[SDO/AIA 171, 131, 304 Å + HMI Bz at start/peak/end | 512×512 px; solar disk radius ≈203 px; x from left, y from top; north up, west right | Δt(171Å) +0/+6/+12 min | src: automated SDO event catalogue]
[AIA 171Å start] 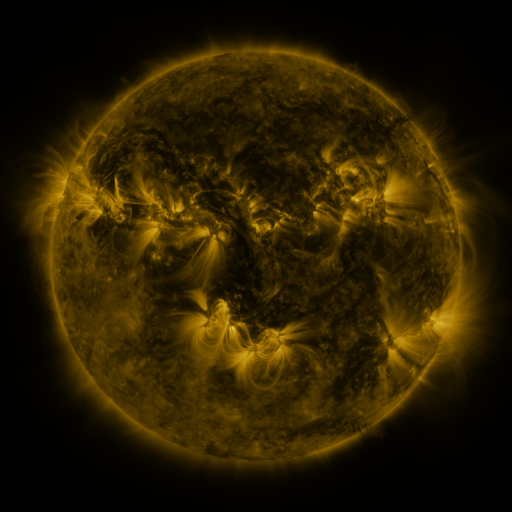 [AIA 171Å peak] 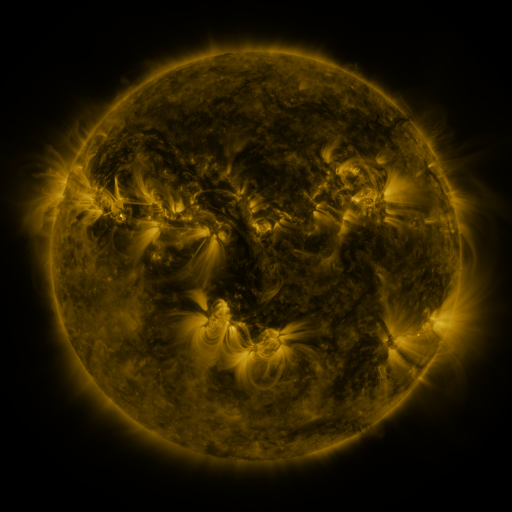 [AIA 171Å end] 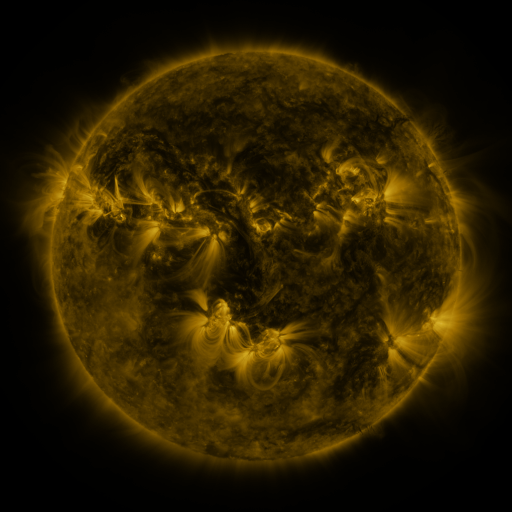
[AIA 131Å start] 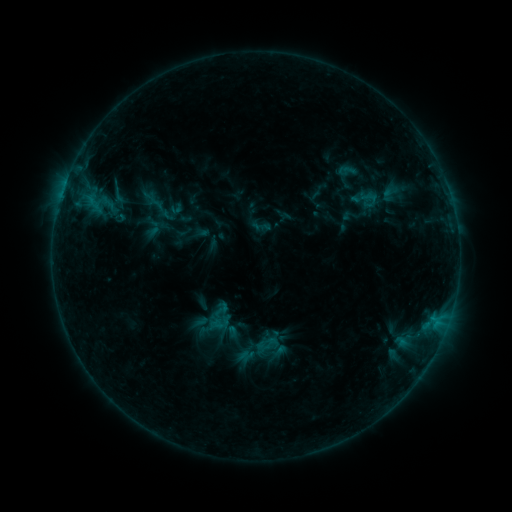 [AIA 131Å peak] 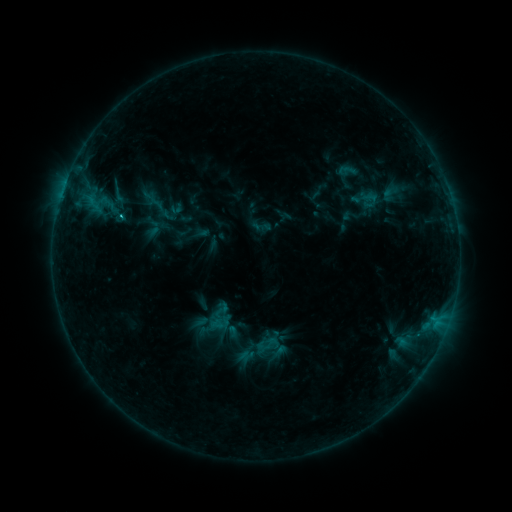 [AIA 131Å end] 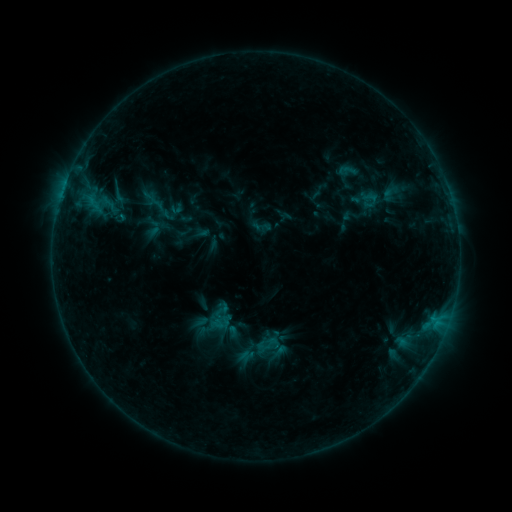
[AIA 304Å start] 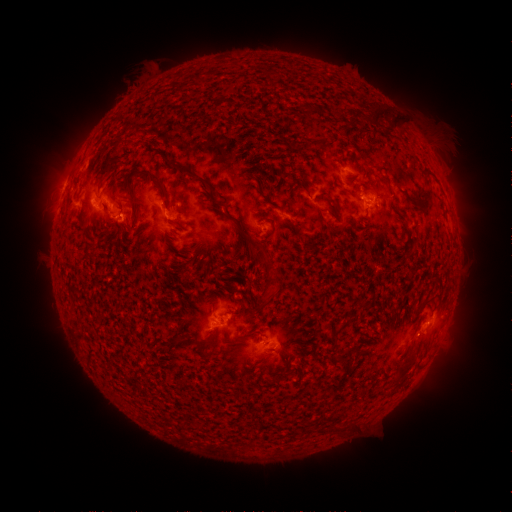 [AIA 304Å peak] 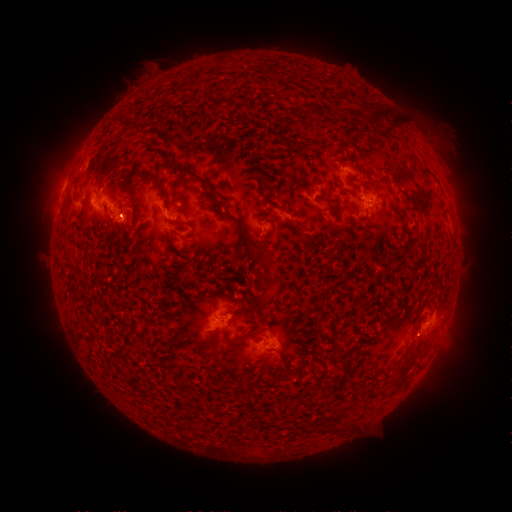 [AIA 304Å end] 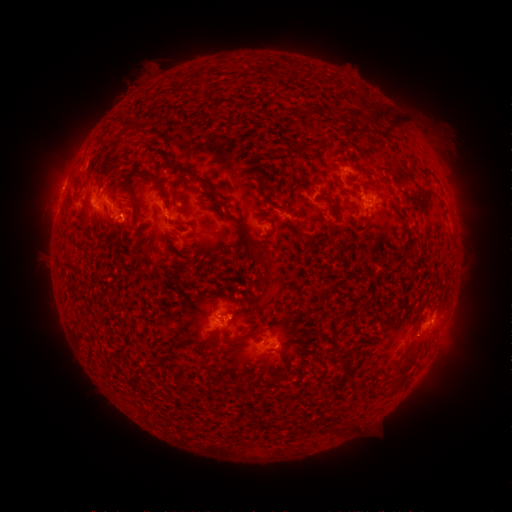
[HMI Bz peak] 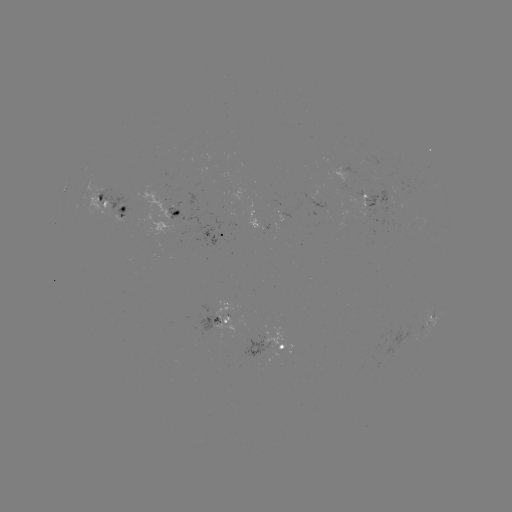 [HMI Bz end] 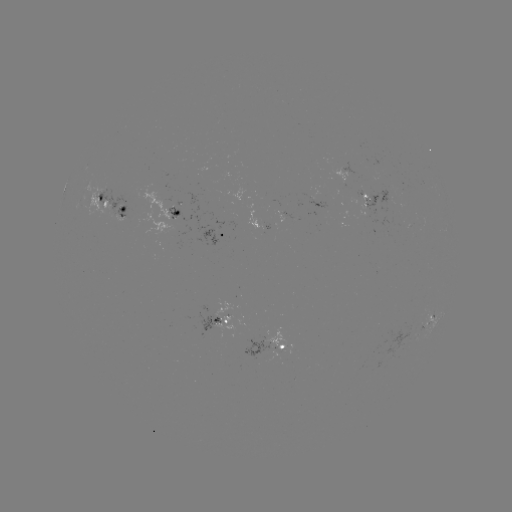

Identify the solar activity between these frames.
C1.0 flare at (122, 218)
